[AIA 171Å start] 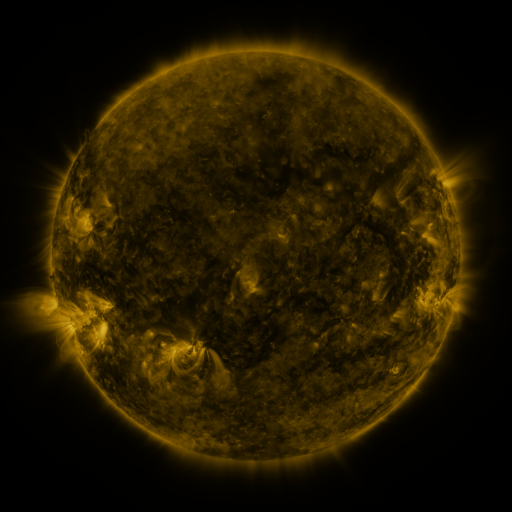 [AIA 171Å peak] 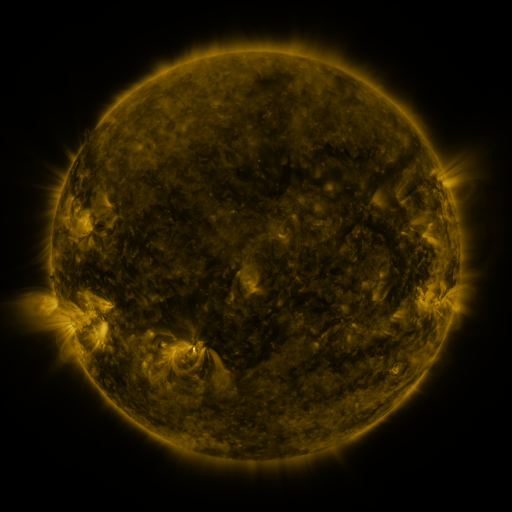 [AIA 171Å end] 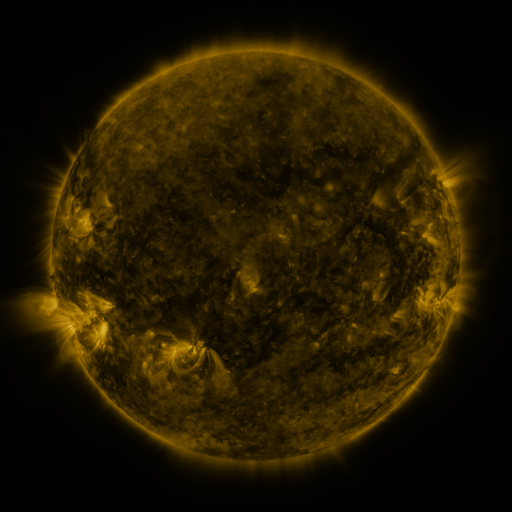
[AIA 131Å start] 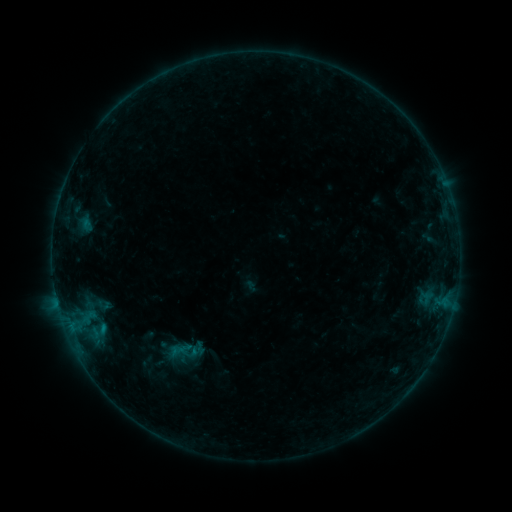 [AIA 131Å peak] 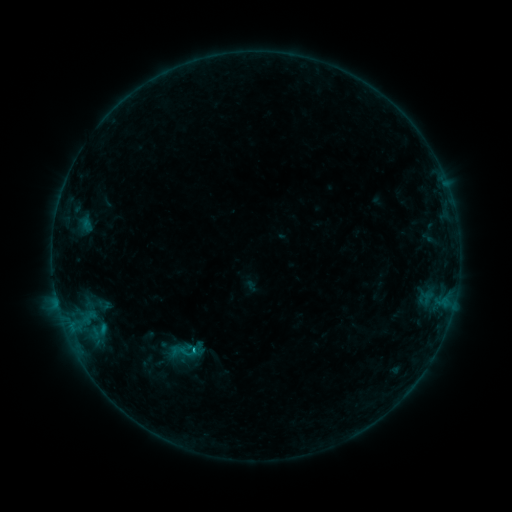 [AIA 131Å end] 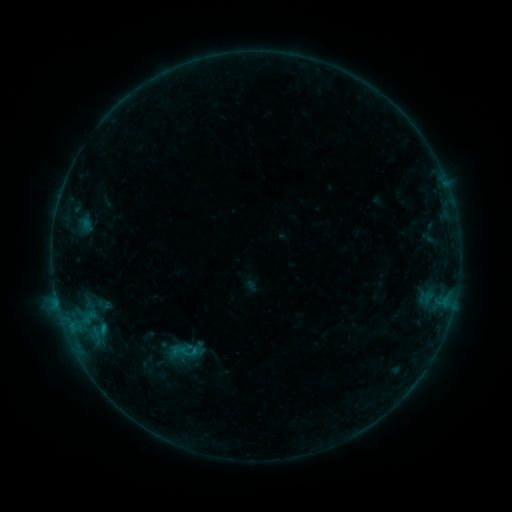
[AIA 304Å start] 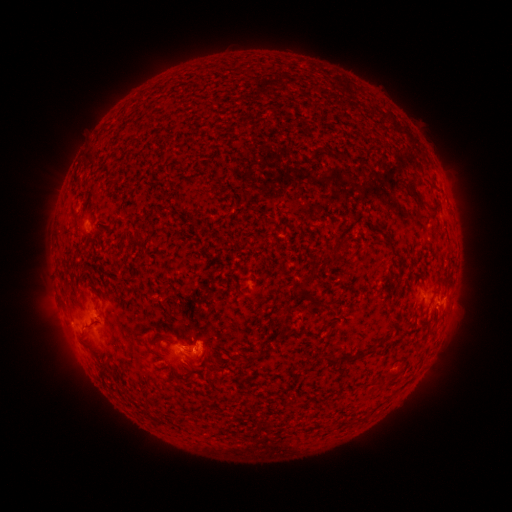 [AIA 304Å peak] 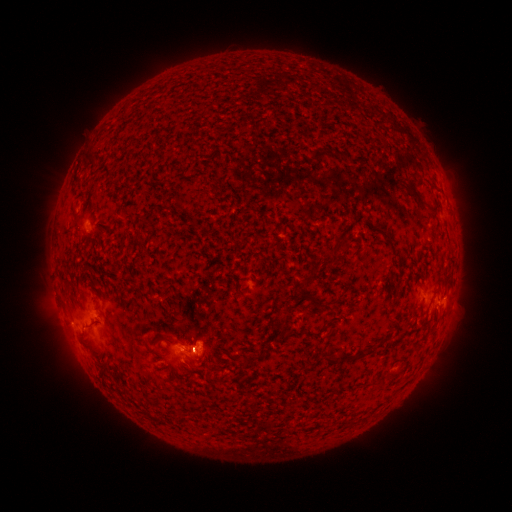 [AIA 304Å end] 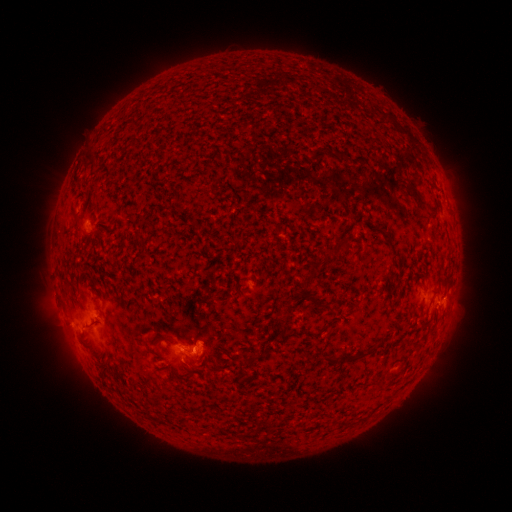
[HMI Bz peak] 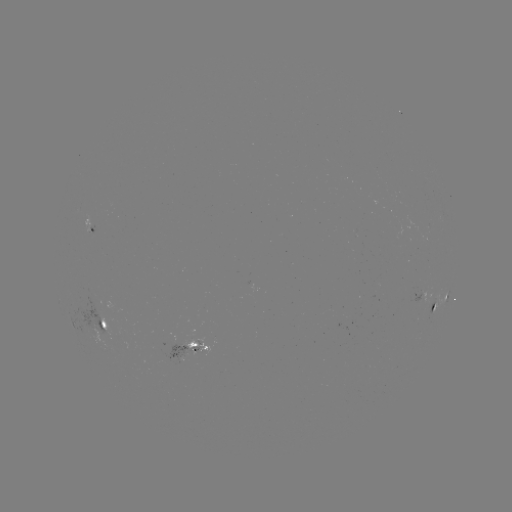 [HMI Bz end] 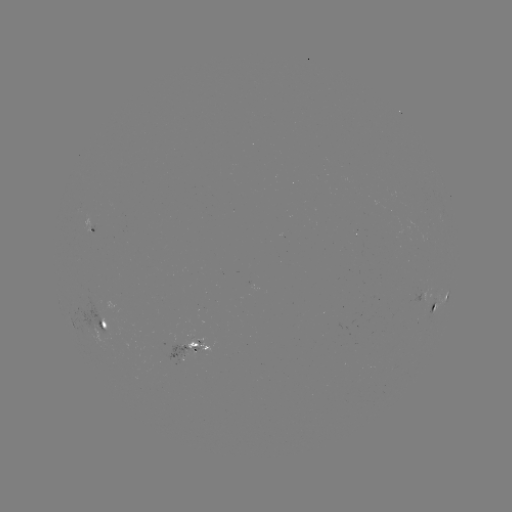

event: flare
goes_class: B5.6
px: (194, 351)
